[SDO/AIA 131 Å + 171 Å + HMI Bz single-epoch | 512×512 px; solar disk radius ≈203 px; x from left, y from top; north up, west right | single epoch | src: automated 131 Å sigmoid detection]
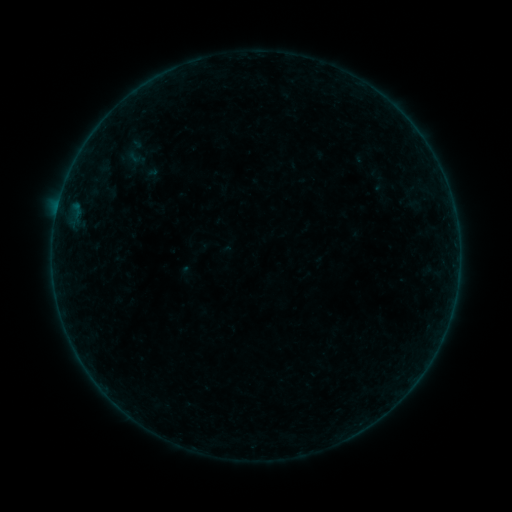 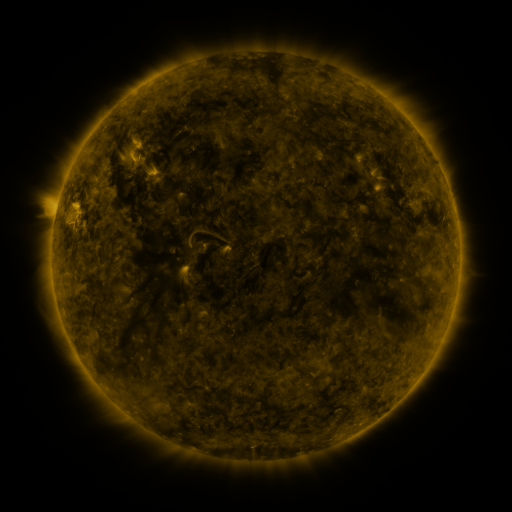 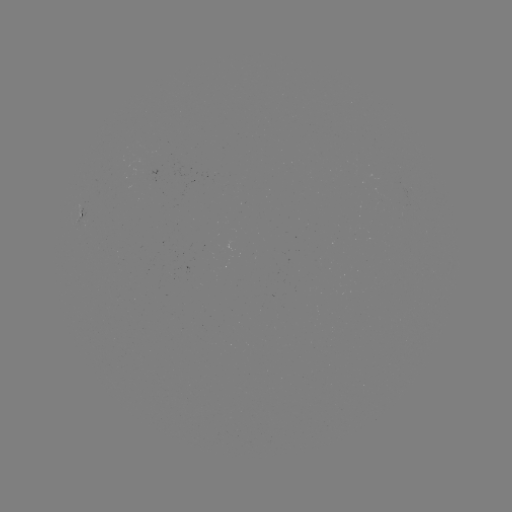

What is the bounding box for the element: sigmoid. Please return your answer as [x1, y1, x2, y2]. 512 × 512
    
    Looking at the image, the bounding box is [120, 136, 152, 168].